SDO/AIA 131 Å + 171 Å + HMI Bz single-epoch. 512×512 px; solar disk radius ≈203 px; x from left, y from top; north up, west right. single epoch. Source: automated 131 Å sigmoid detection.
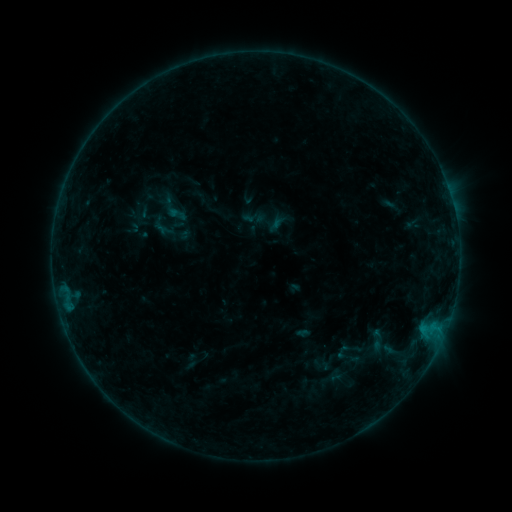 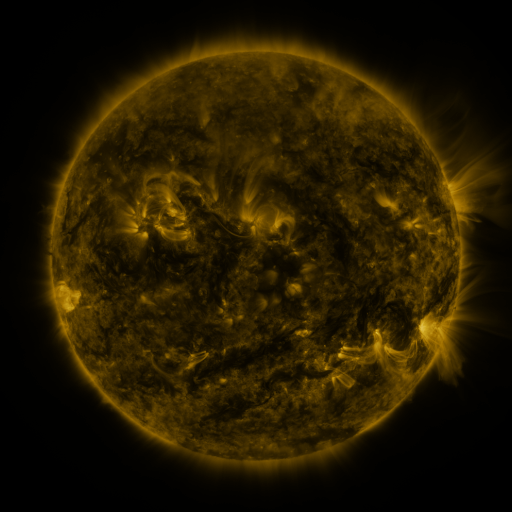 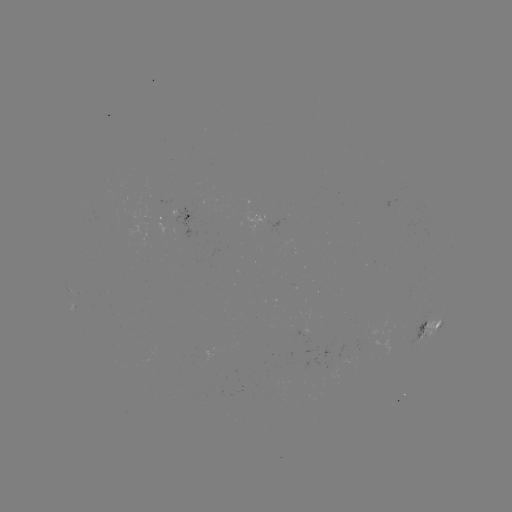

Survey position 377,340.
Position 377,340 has sigmoid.